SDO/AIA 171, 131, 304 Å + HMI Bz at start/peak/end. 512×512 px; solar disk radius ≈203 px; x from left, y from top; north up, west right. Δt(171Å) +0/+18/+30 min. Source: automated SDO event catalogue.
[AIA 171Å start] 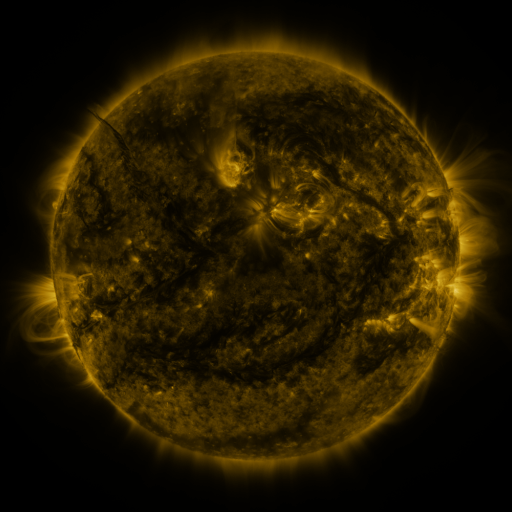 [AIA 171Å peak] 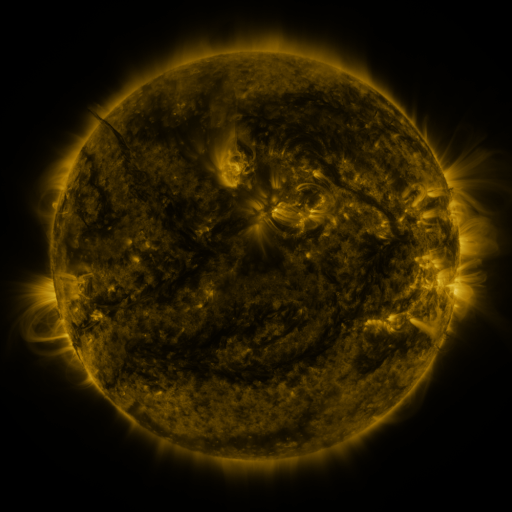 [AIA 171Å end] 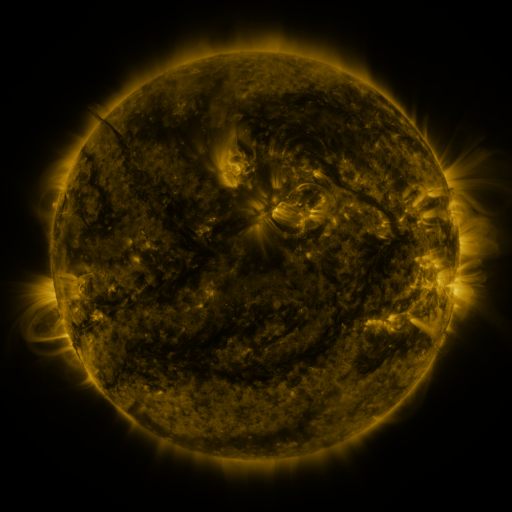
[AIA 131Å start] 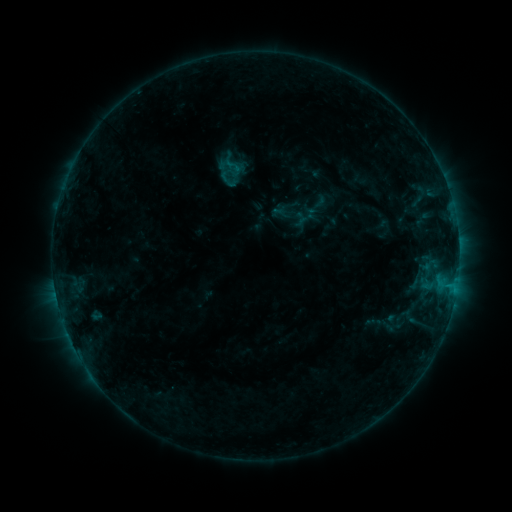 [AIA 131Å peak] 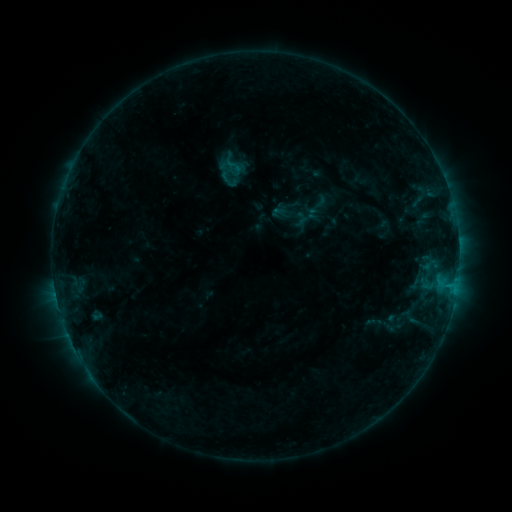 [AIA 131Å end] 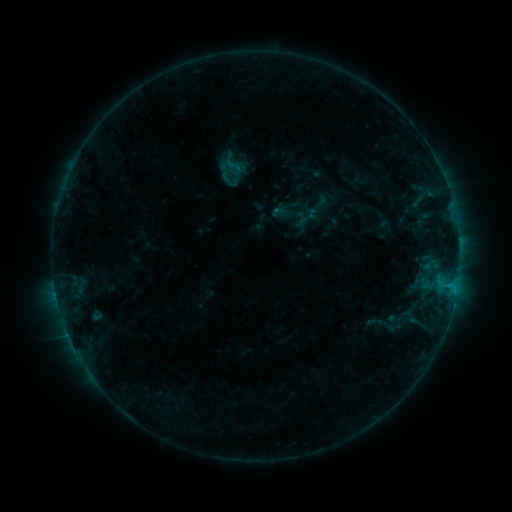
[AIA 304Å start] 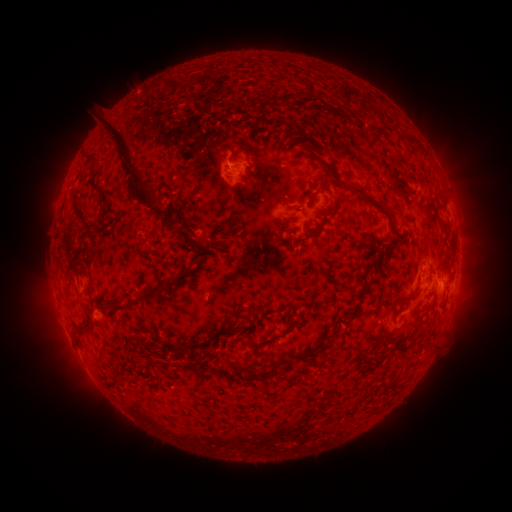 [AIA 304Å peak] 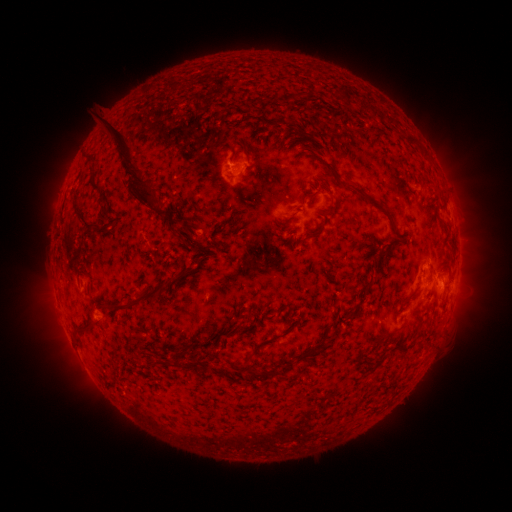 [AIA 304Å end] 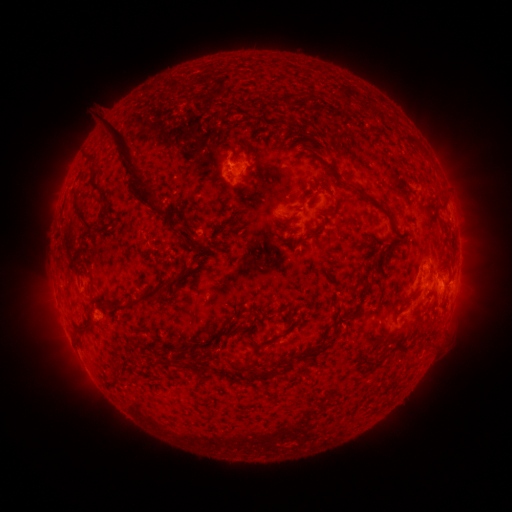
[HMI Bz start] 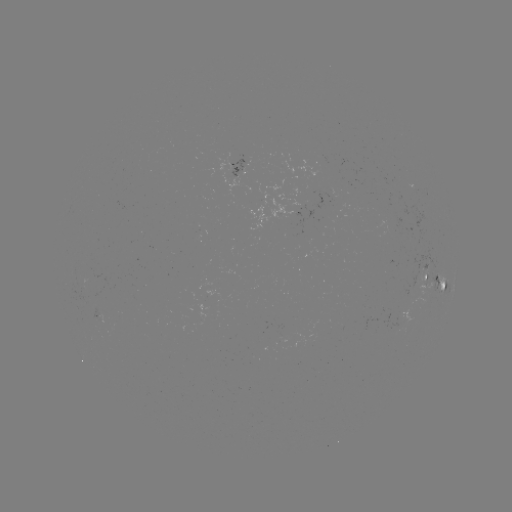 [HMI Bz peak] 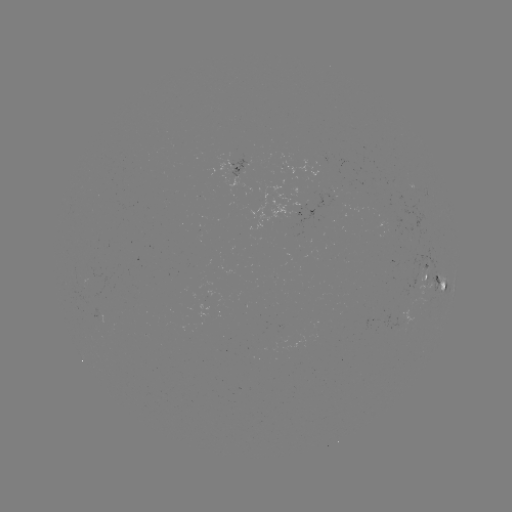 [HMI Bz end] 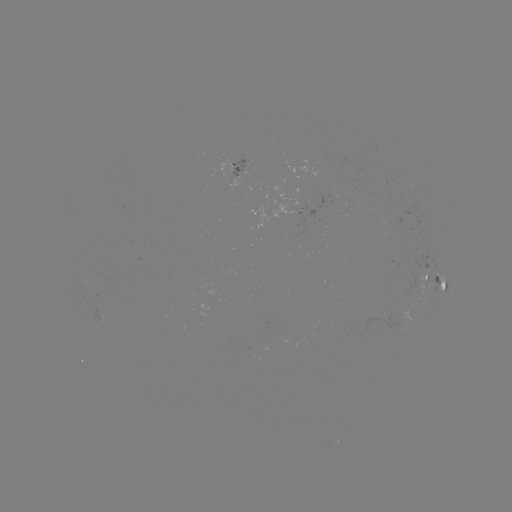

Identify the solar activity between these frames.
no flare in any classed list; no EUV-trigger detection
